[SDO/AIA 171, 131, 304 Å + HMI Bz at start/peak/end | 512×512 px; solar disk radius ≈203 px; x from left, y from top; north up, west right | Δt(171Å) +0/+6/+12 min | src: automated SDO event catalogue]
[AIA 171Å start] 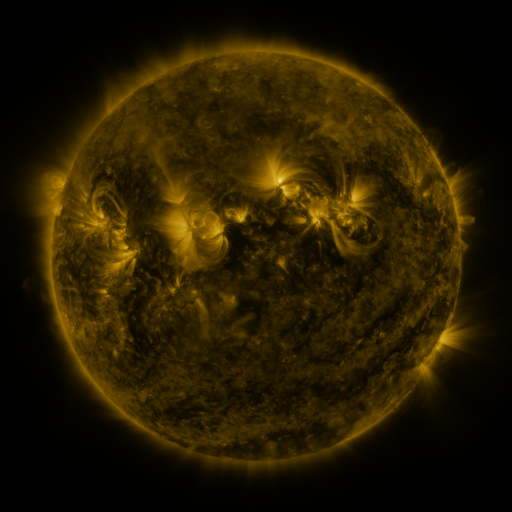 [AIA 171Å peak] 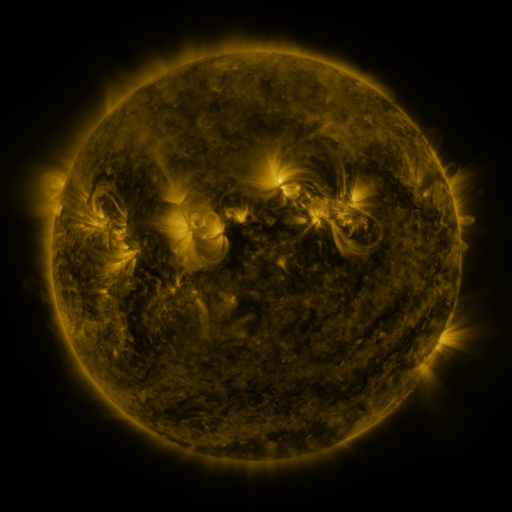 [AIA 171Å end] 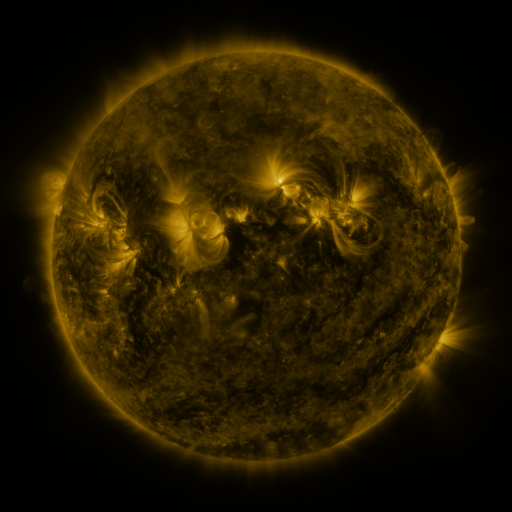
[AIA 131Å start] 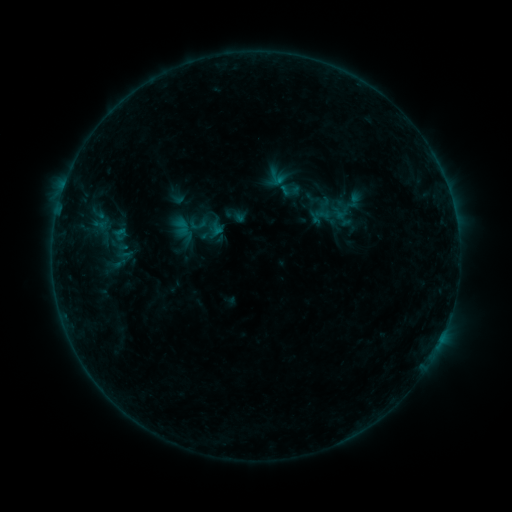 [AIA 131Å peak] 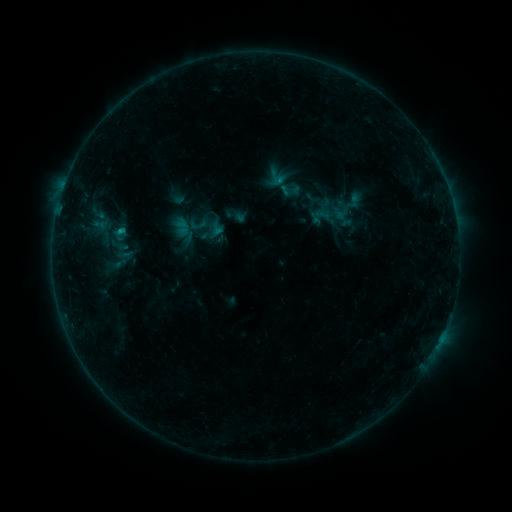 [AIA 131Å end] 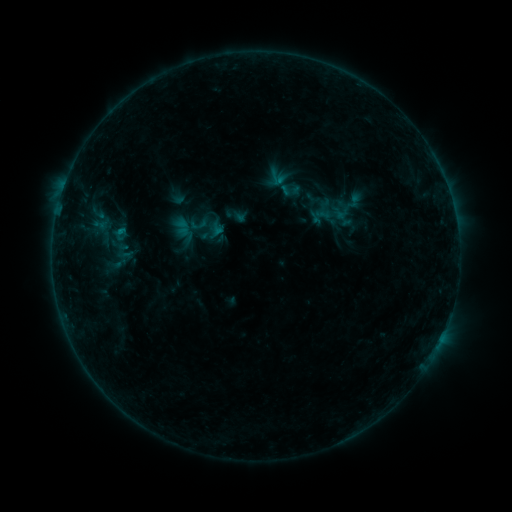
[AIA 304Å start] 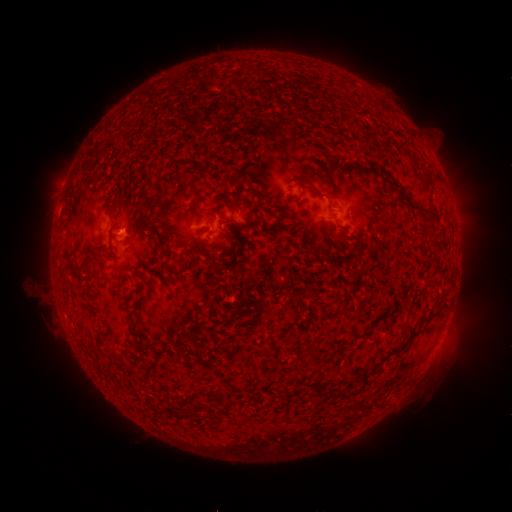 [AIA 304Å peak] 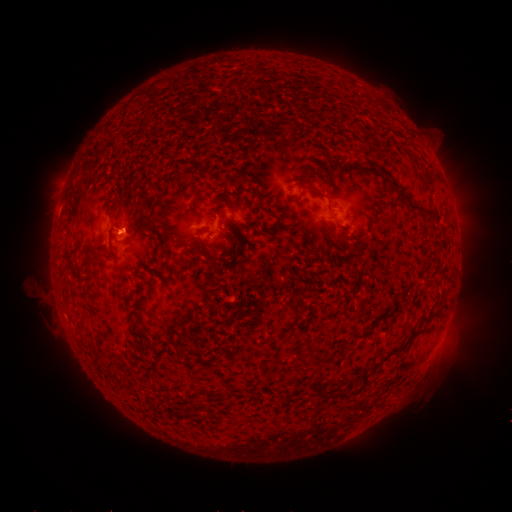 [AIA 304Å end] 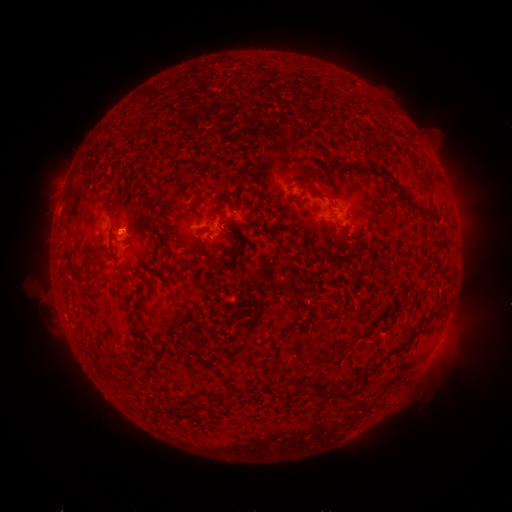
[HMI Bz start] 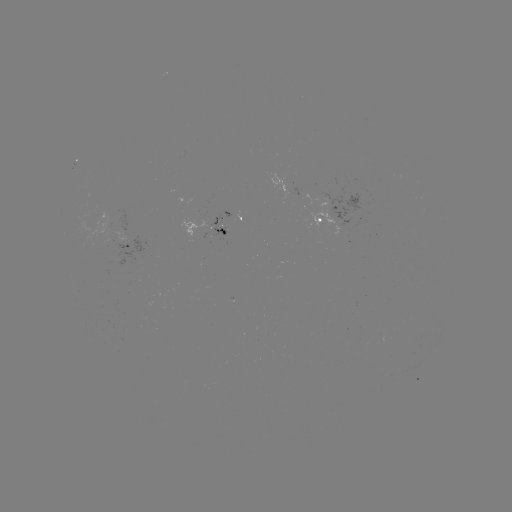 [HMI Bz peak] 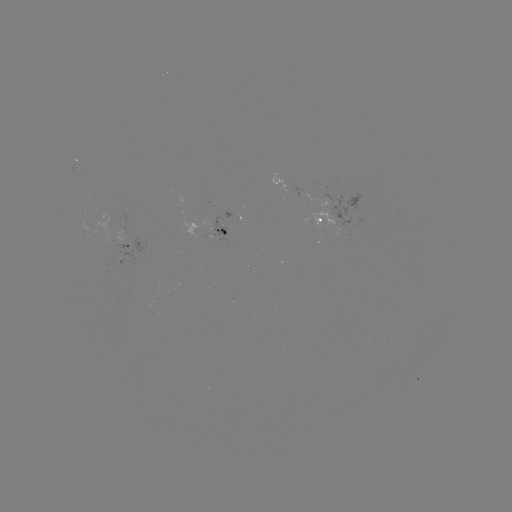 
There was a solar flare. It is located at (120, 231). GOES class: B4.2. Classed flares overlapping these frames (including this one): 1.